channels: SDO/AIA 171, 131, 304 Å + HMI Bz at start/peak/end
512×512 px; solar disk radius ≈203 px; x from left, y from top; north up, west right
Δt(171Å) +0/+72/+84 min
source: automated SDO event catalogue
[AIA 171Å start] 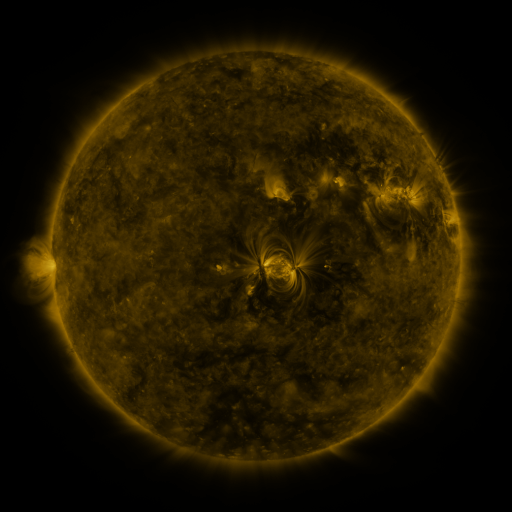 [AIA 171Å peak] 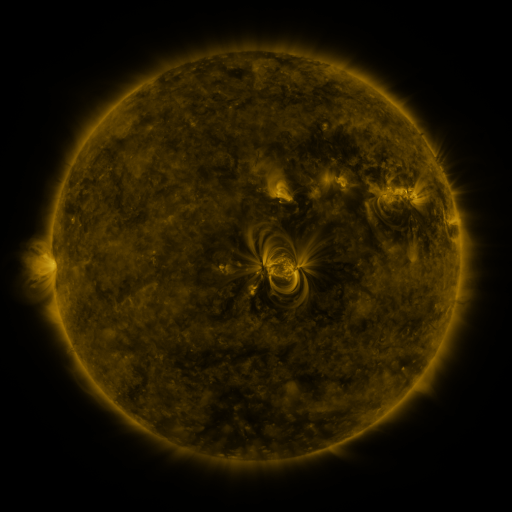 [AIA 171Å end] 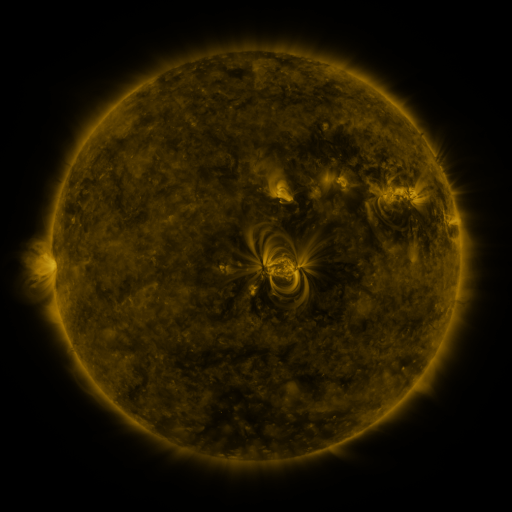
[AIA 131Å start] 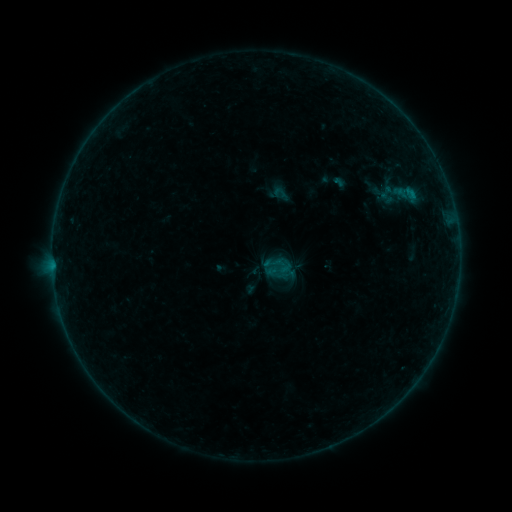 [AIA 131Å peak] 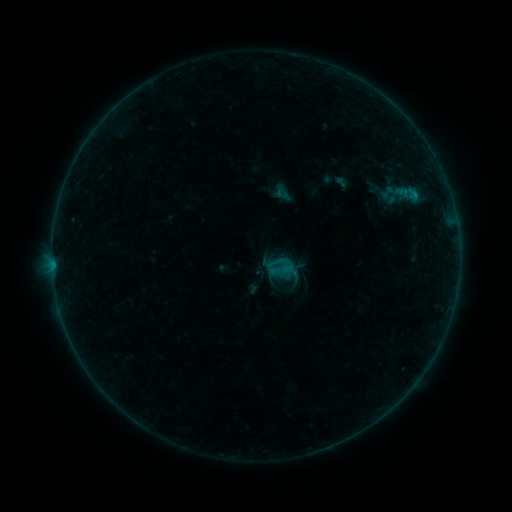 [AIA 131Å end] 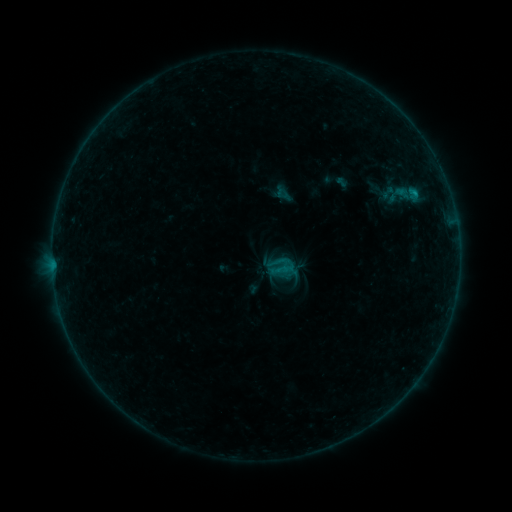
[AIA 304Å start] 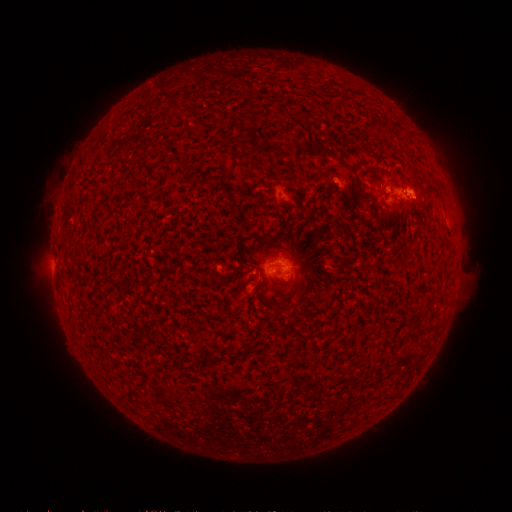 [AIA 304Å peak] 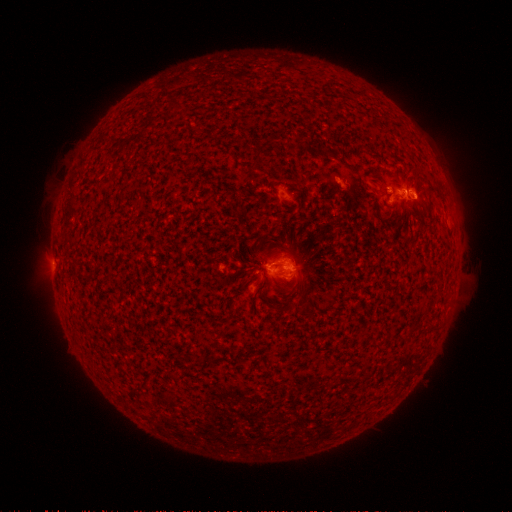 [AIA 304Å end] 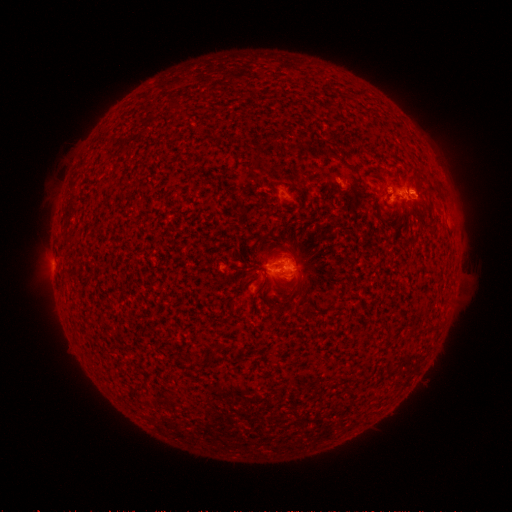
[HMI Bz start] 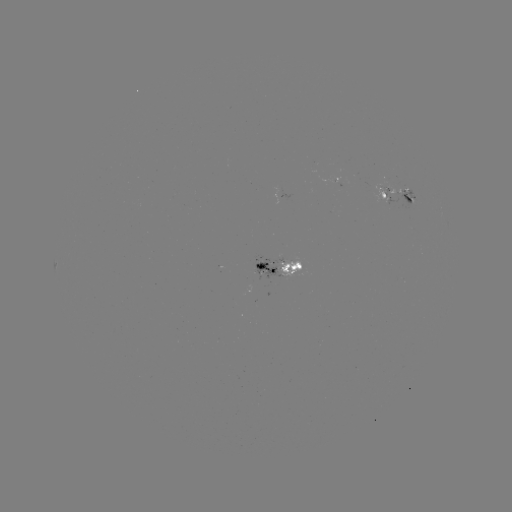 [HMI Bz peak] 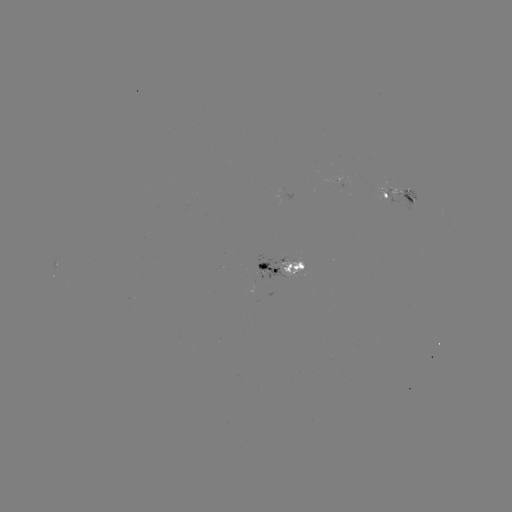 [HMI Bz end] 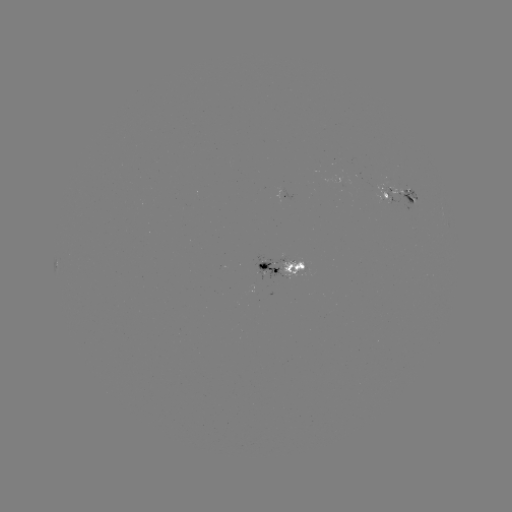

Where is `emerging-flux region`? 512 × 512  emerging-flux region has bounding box [383, 186, 403, 207].